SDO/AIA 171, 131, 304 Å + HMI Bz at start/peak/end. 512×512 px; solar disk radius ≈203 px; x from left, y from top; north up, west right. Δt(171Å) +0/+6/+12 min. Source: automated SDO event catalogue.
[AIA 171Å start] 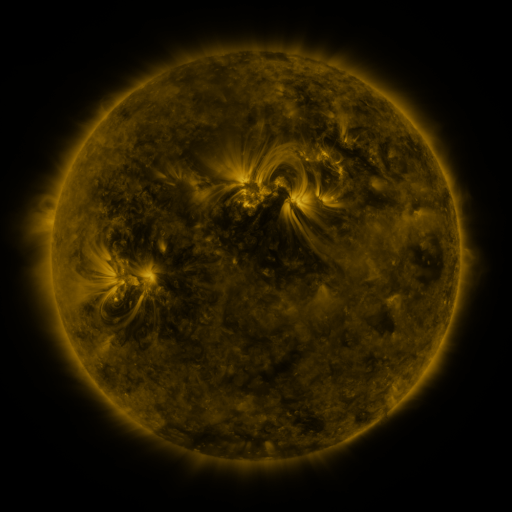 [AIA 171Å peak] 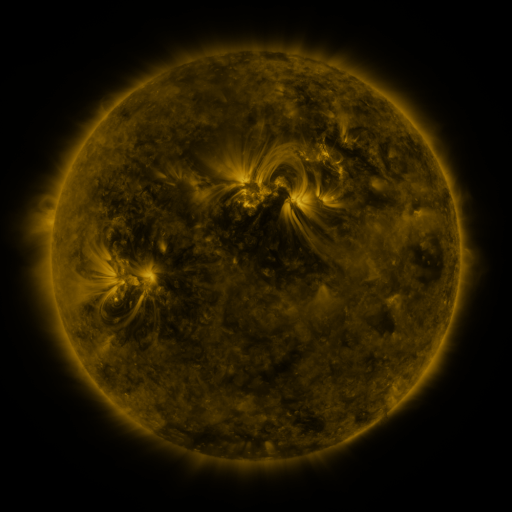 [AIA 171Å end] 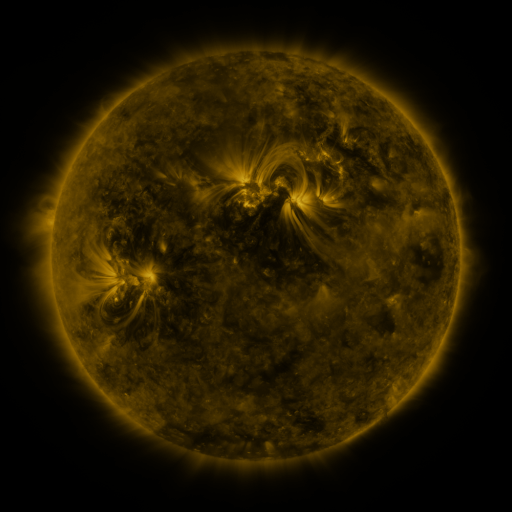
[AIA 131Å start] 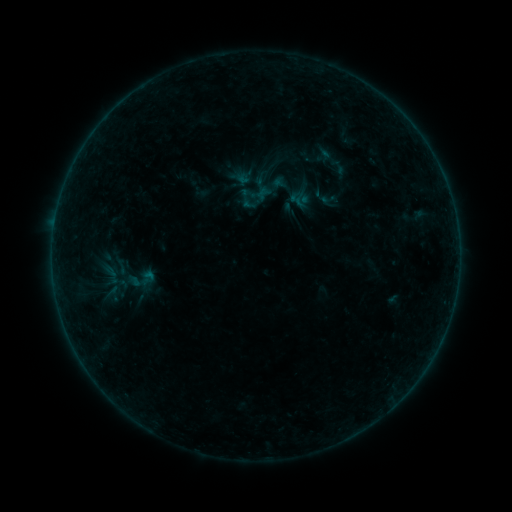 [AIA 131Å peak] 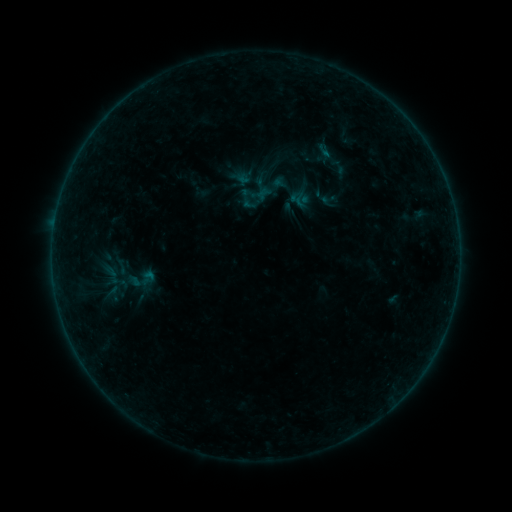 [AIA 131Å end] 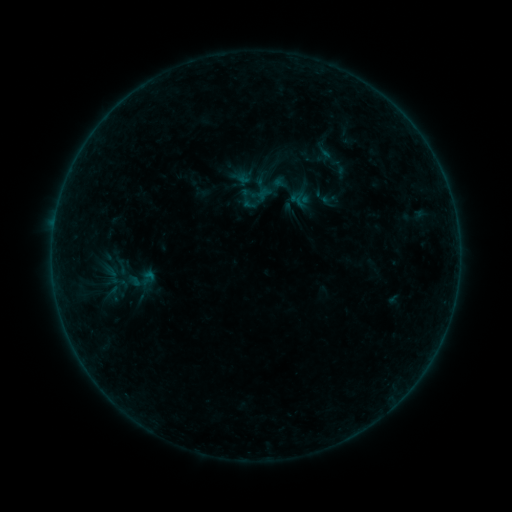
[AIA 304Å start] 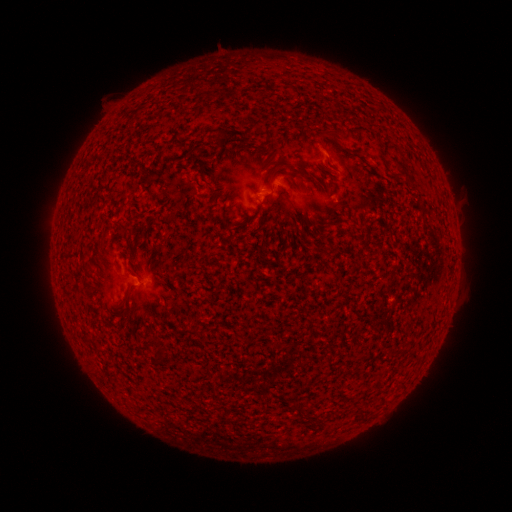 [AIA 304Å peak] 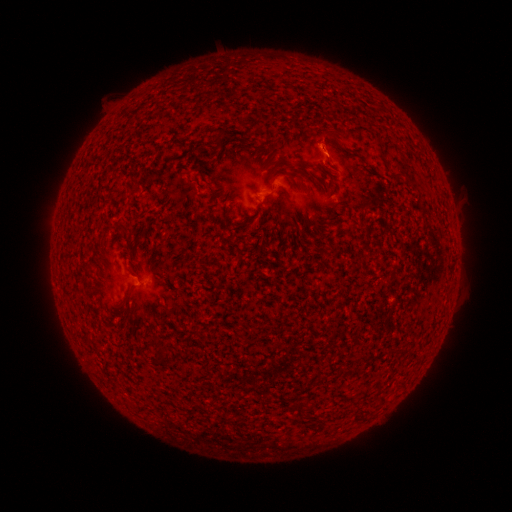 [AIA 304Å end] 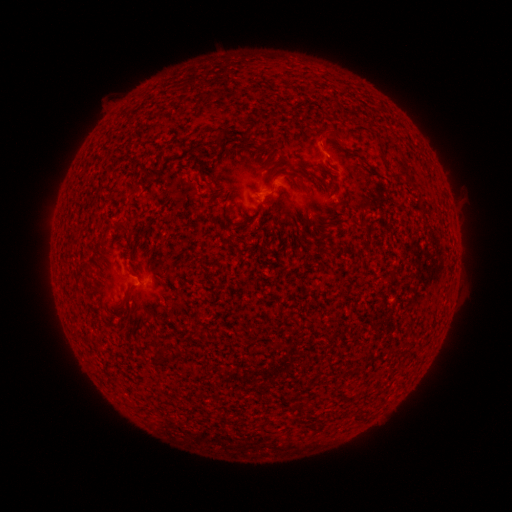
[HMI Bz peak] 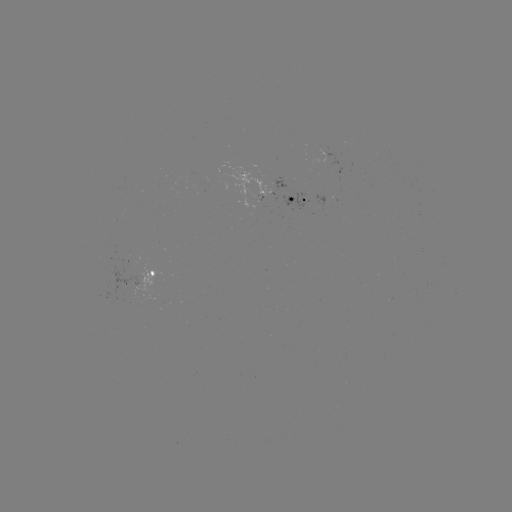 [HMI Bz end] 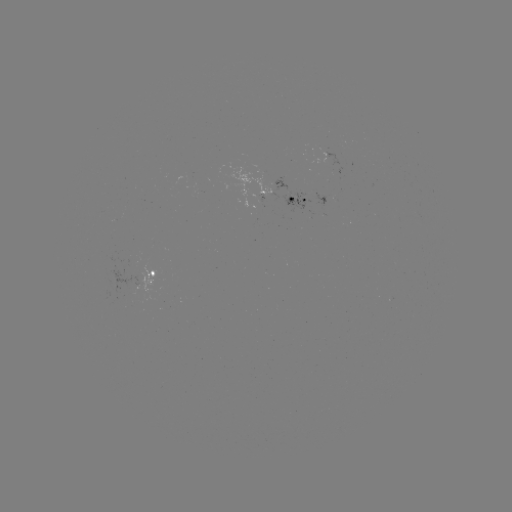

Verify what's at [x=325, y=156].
B1.0 flare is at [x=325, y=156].